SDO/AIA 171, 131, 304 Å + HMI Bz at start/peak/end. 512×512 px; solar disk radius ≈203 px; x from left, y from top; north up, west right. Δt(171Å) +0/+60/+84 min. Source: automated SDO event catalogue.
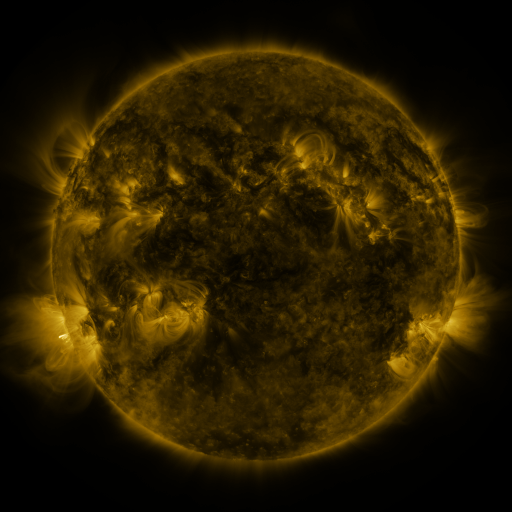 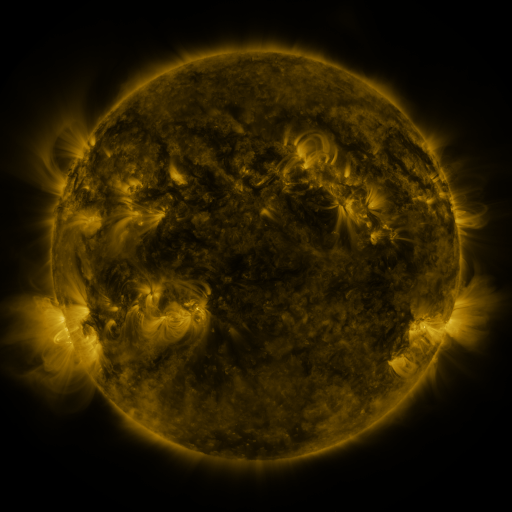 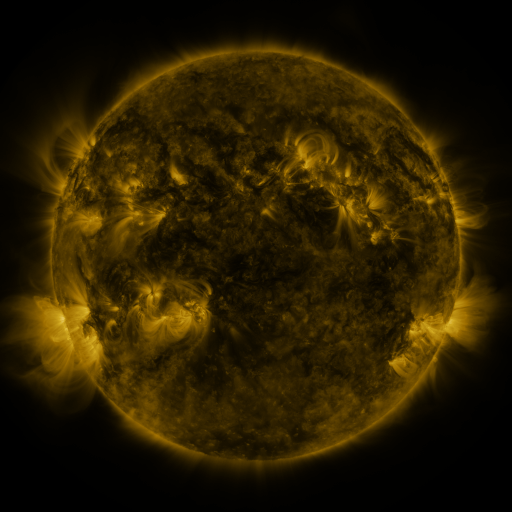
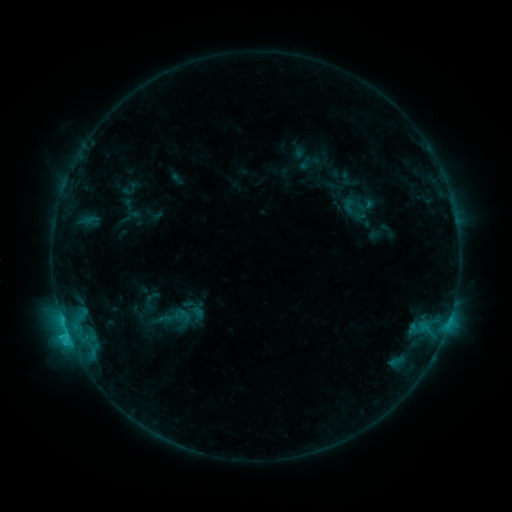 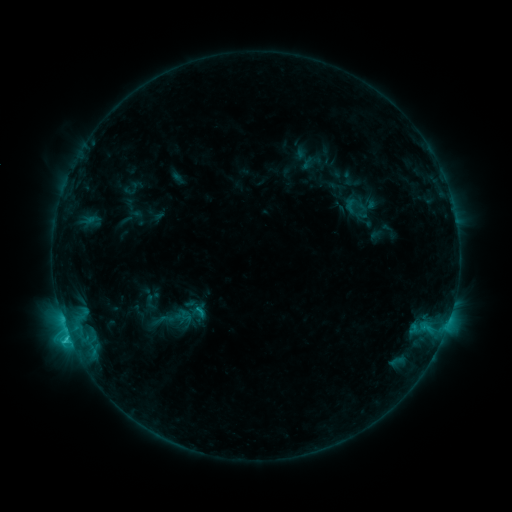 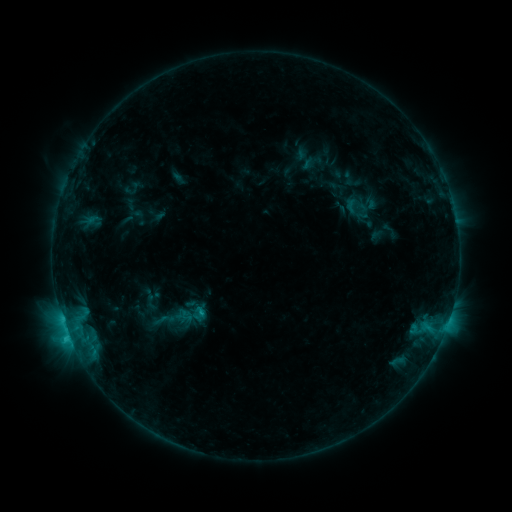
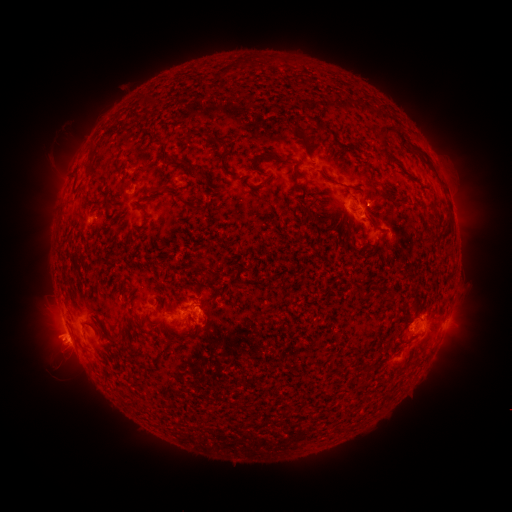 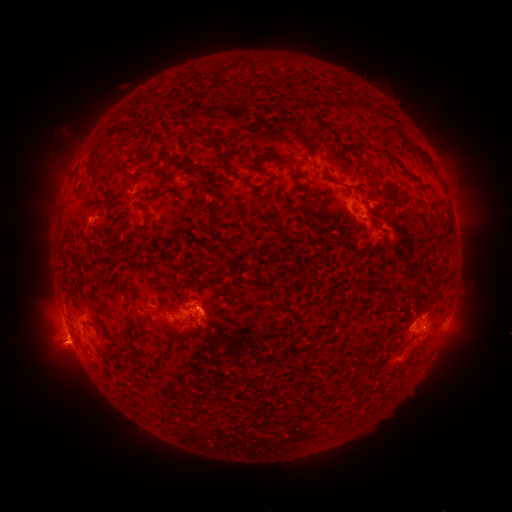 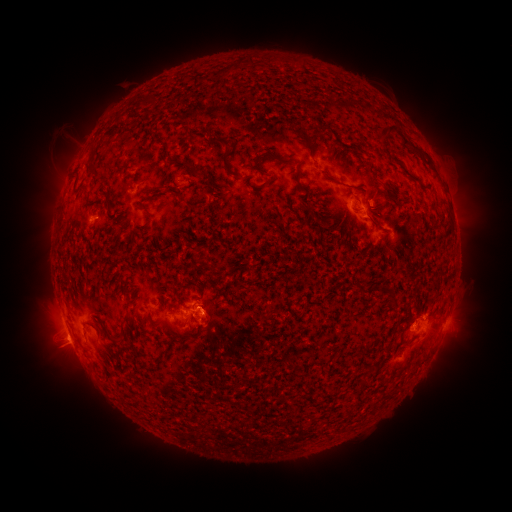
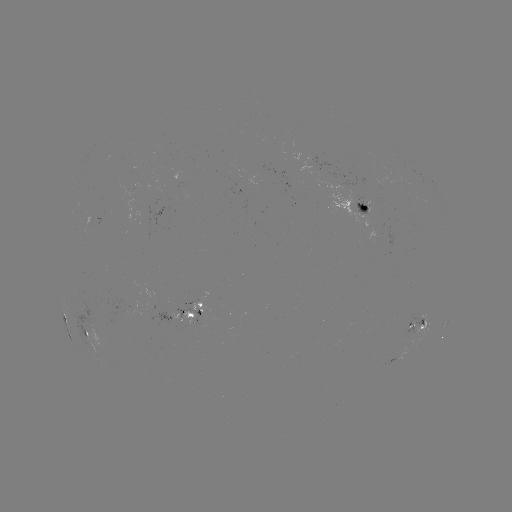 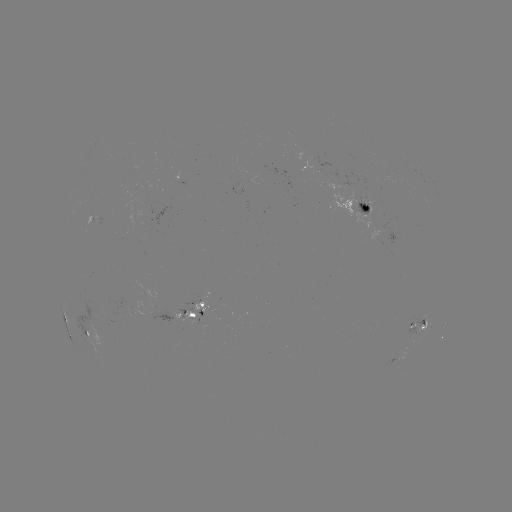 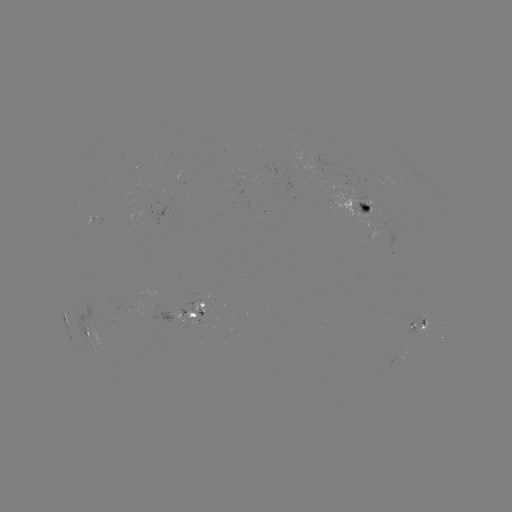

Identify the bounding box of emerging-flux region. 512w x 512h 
[353, 195, 371, 216].